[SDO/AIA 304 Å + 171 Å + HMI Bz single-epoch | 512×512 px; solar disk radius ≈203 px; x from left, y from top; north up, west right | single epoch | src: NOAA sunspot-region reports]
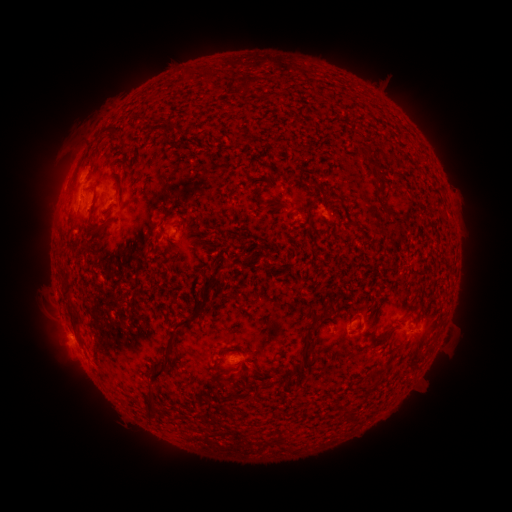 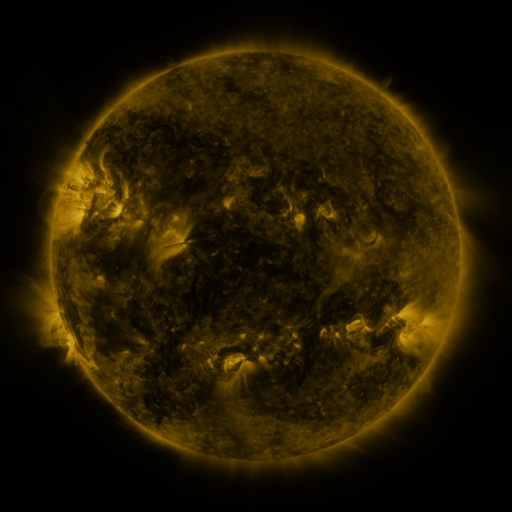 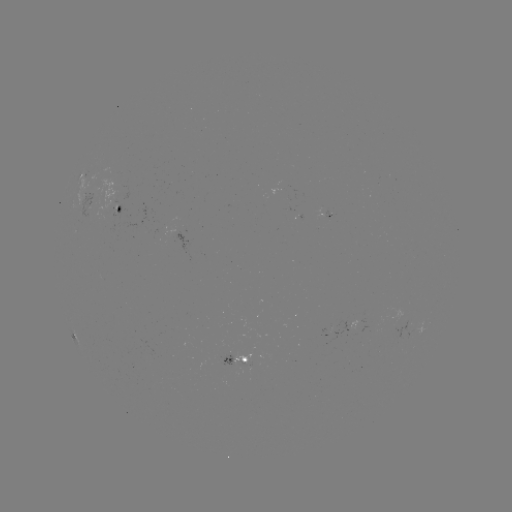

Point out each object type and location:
spotted active region: (92, 176)
spotted active region: (125, 207)
spotted active region: (333, 216)
spotted active region: (297, 220)
spotted active region: (357, 324)
spotted active region: (412, 327)
spotted active region: (243, 361)
